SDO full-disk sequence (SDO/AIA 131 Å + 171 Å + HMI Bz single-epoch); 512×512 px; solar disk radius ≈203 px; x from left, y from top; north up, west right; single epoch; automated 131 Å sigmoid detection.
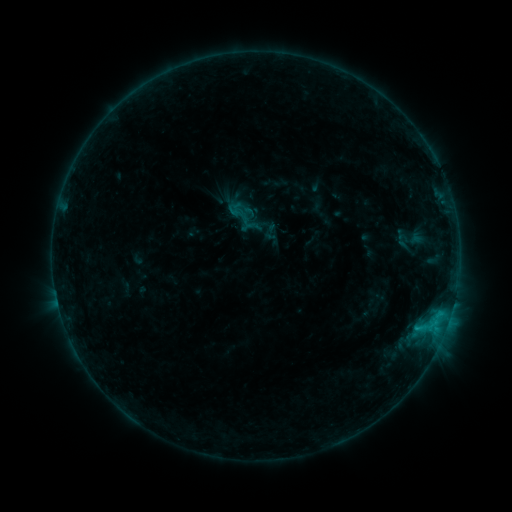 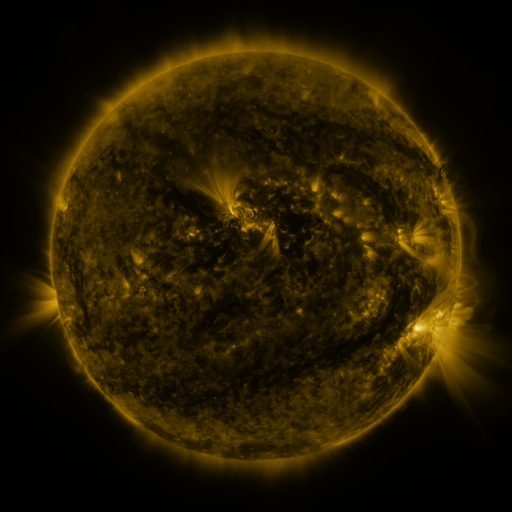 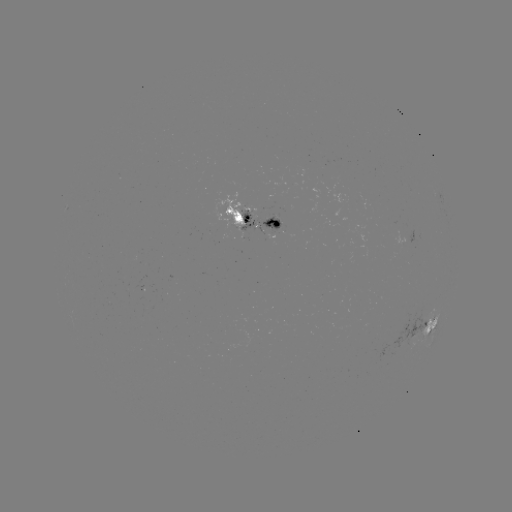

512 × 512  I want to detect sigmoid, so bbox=[228, 201, 252, 225].